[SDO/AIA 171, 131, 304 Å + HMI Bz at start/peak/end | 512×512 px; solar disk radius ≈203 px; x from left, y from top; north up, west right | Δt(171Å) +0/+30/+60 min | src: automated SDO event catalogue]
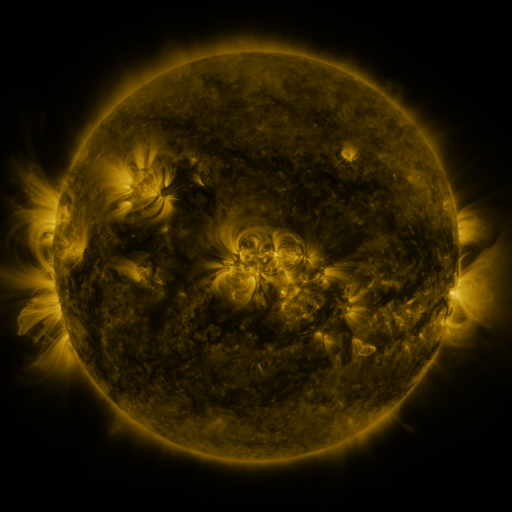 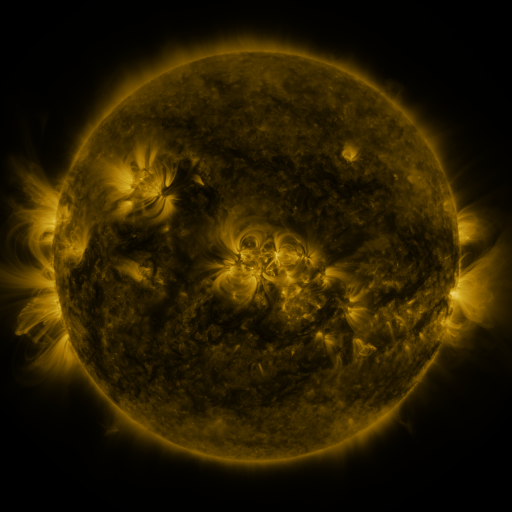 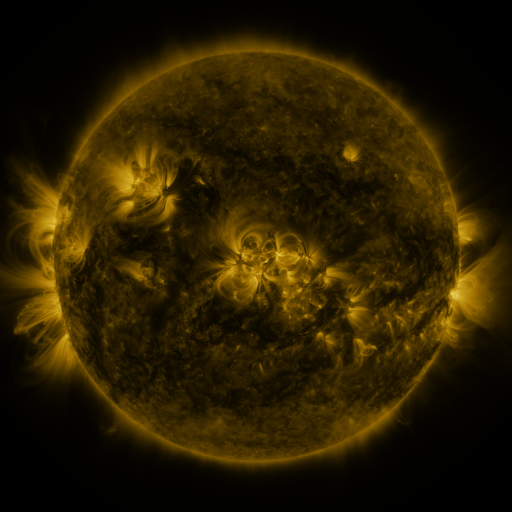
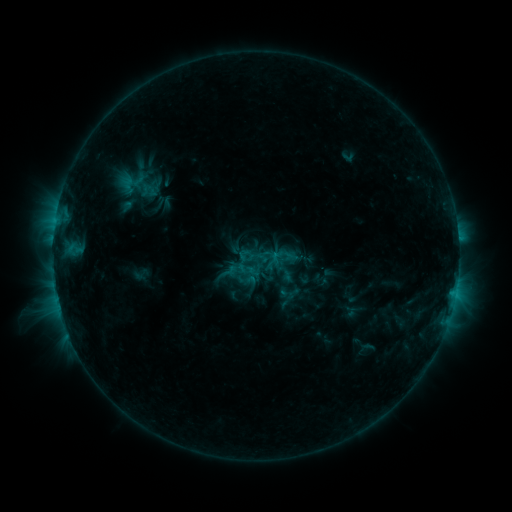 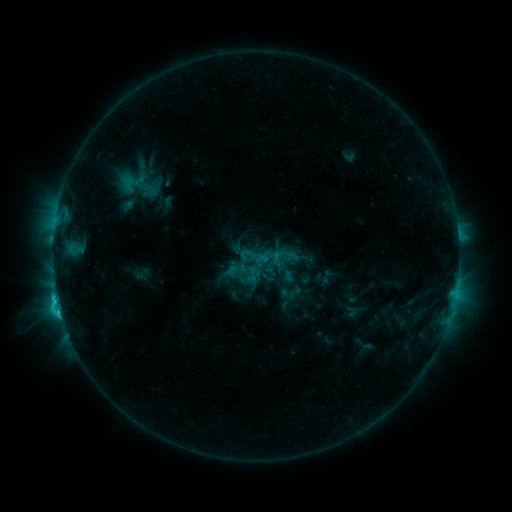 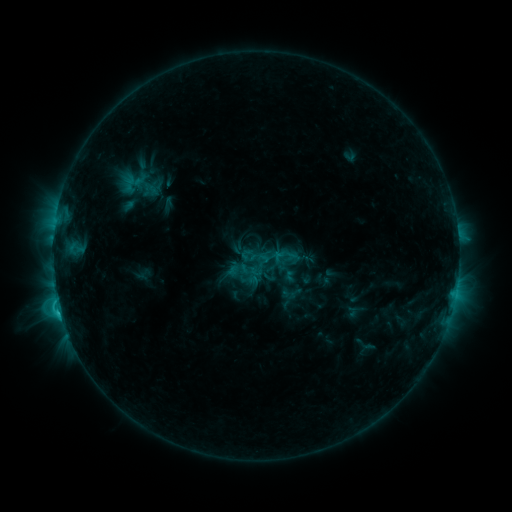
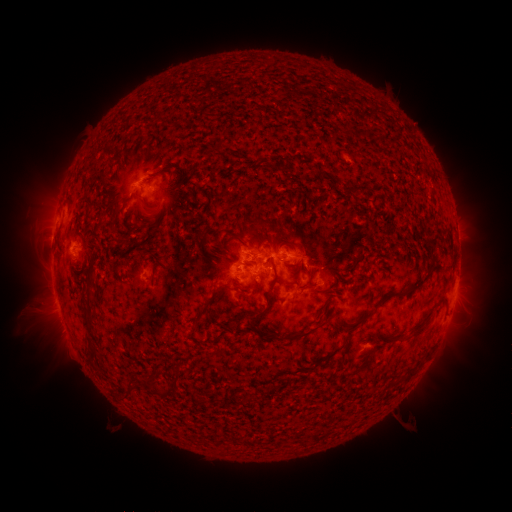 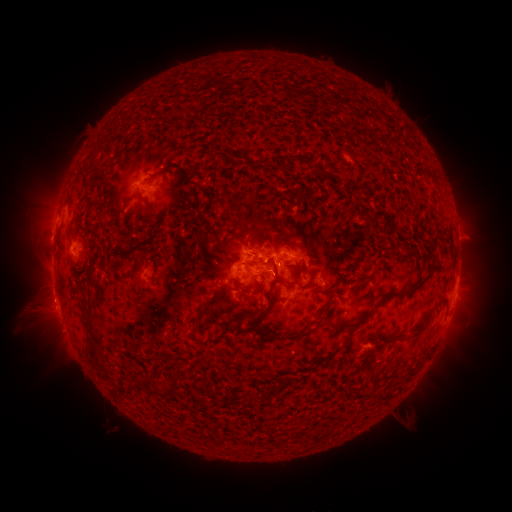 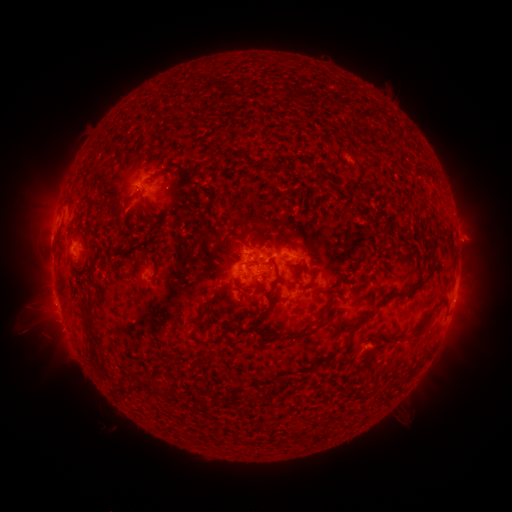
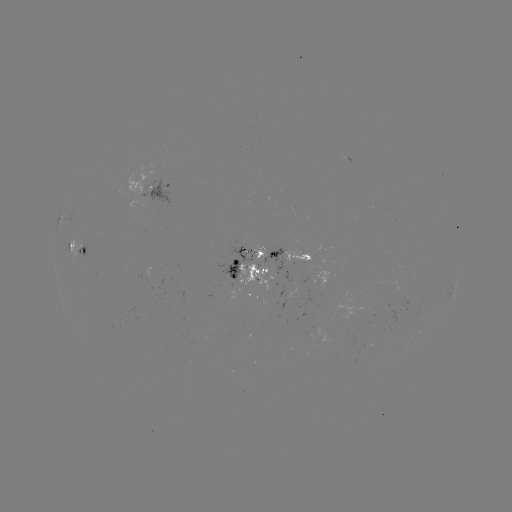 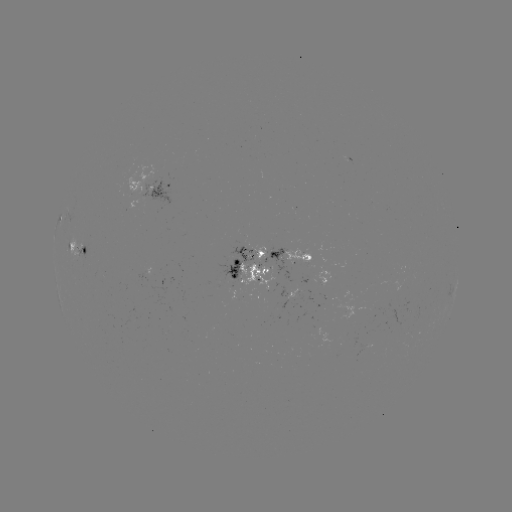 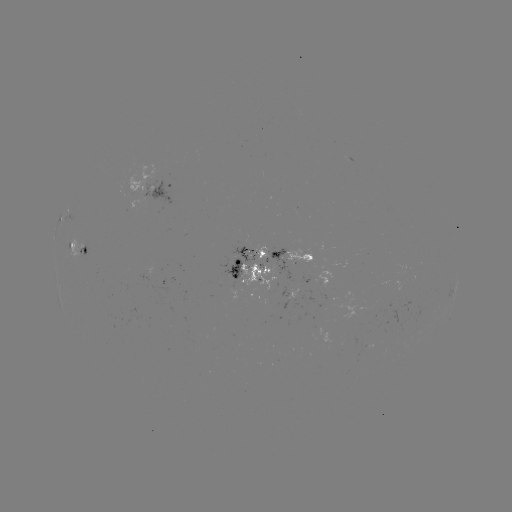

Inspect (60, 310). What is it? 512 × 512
C3.1 flare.